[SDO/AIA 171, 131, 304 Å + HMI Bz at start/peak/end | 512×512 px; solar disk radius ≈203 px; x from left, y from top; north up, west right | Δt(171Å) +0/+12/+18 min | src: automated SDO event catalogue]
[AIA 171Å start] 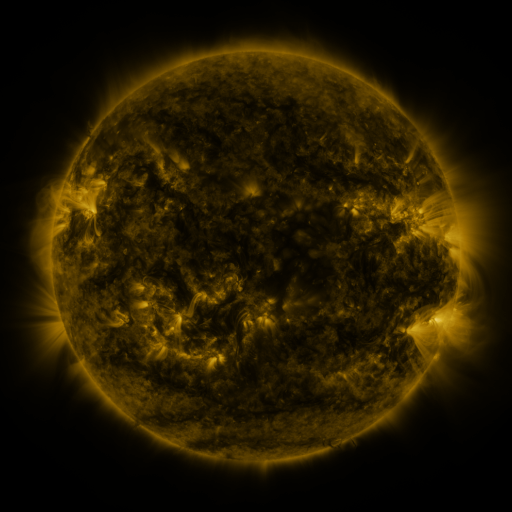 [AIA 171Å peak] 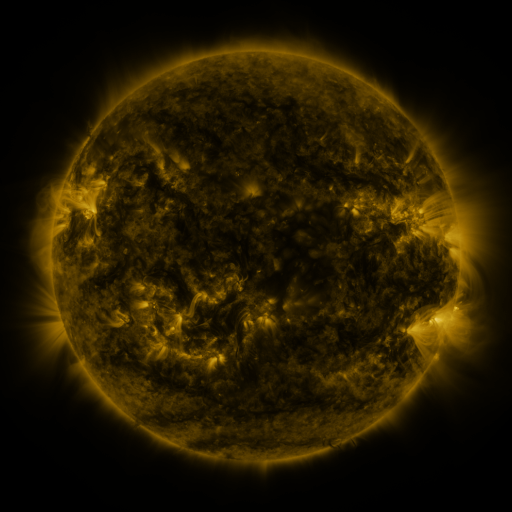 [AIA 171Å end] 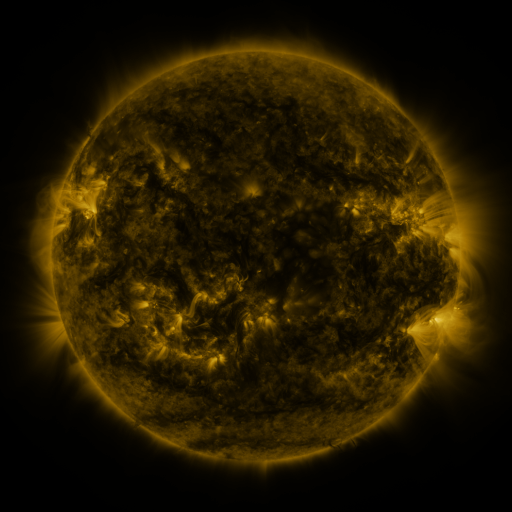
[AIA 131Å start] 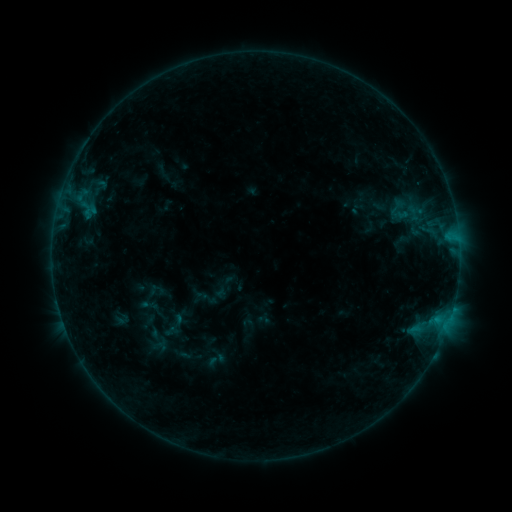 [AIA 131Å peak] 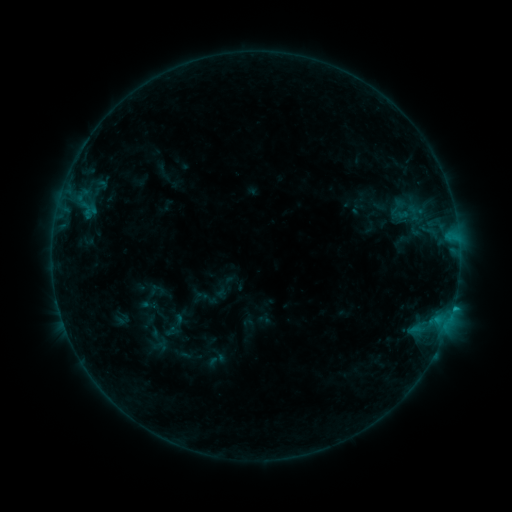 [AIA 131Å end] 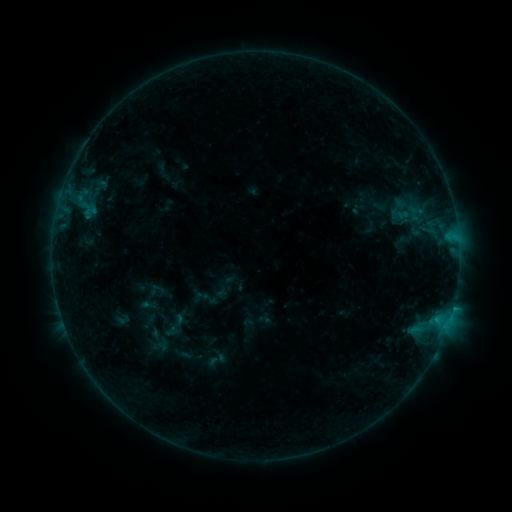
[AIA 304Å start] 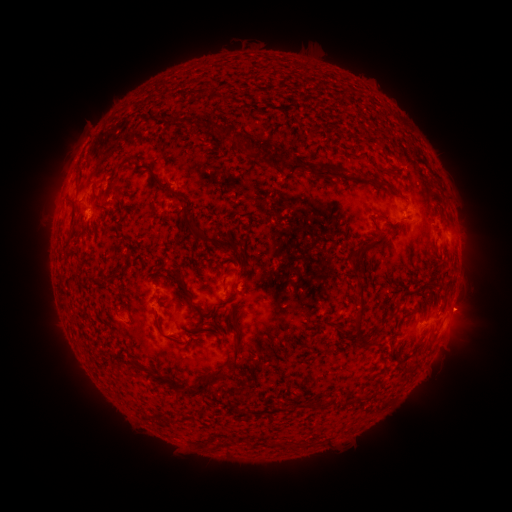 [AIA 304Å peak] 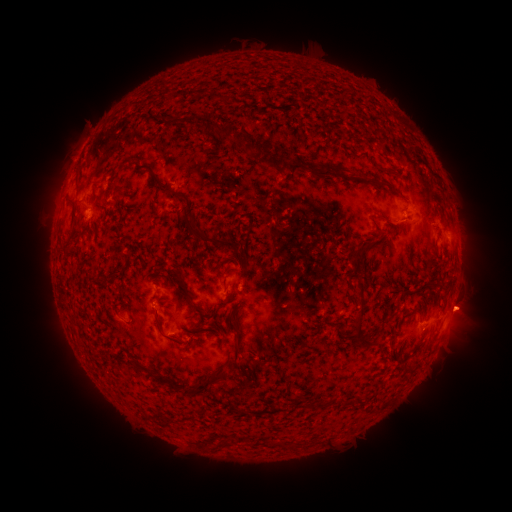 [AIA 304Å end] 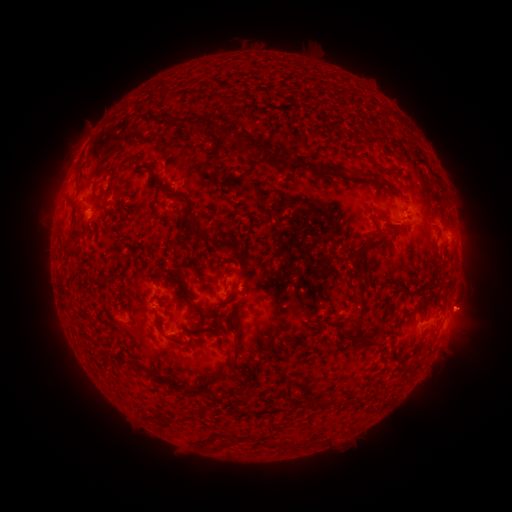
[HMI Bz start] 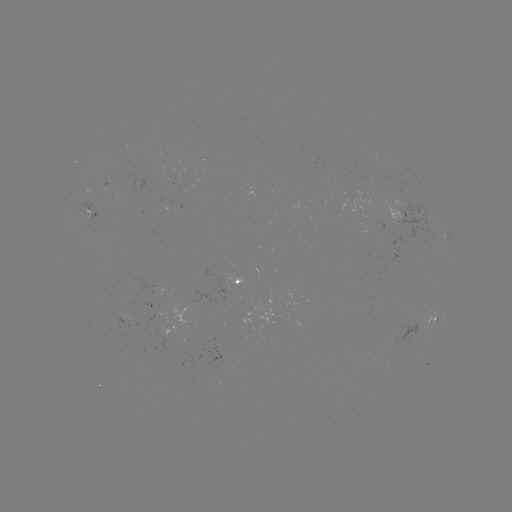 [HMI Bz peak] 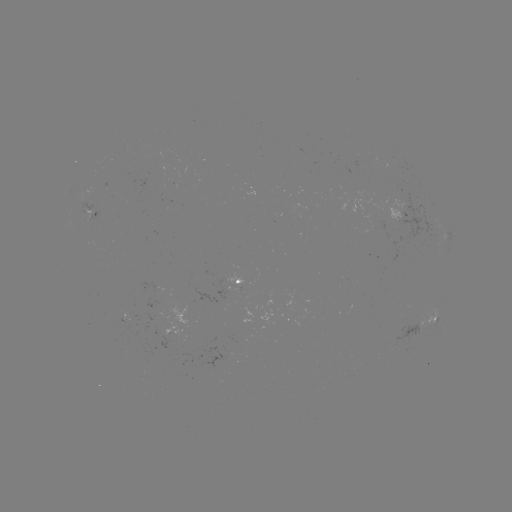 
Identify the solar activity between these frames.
B5.0 flare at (453, 305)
